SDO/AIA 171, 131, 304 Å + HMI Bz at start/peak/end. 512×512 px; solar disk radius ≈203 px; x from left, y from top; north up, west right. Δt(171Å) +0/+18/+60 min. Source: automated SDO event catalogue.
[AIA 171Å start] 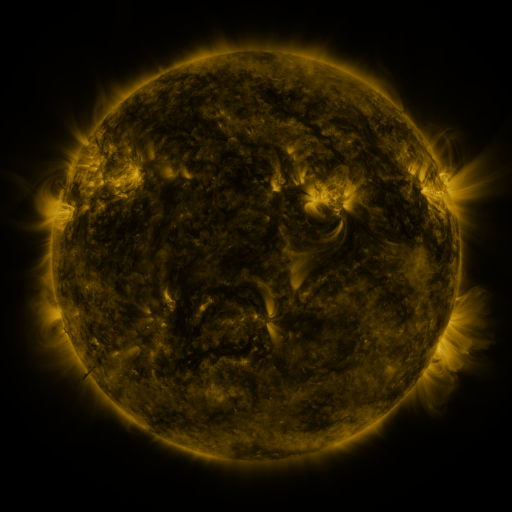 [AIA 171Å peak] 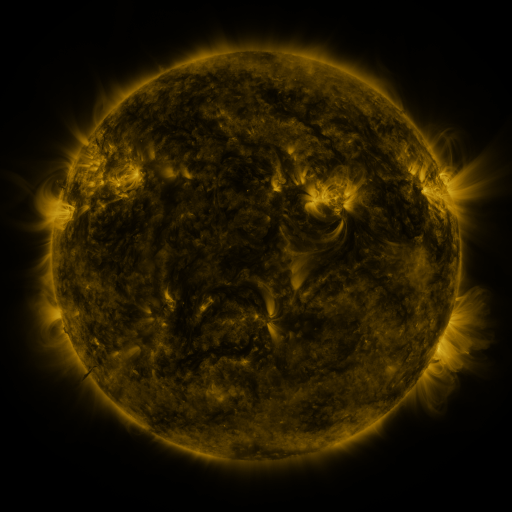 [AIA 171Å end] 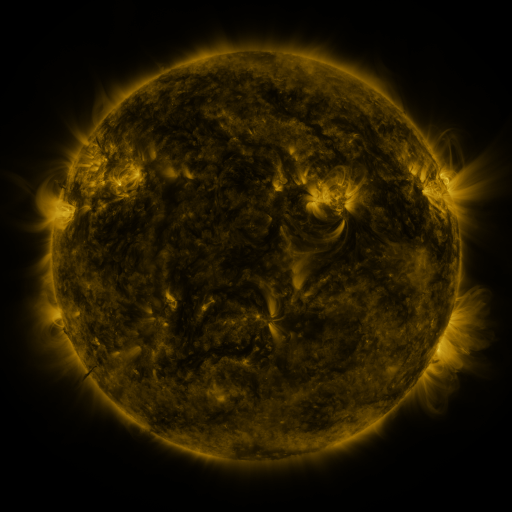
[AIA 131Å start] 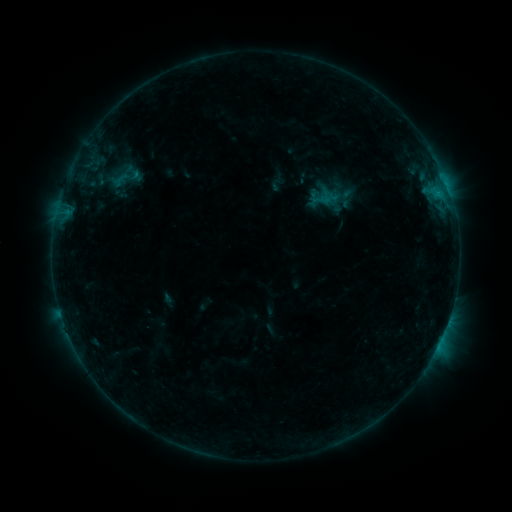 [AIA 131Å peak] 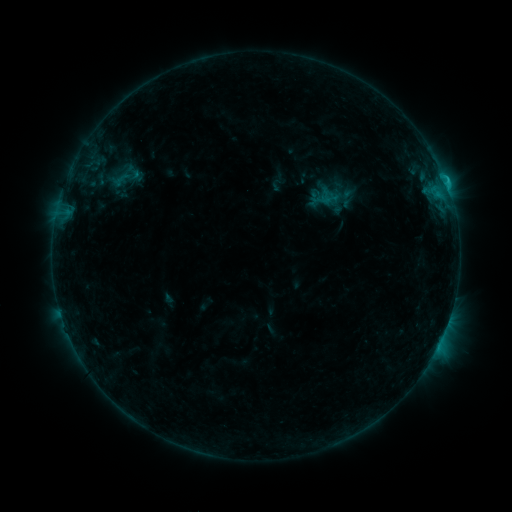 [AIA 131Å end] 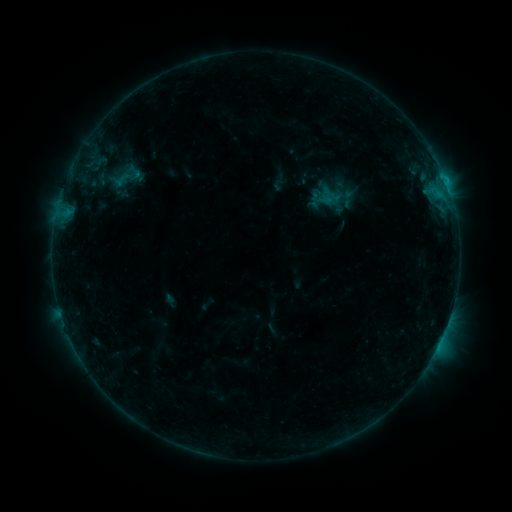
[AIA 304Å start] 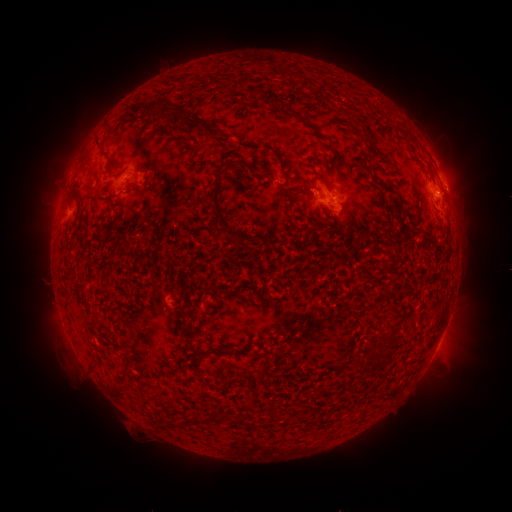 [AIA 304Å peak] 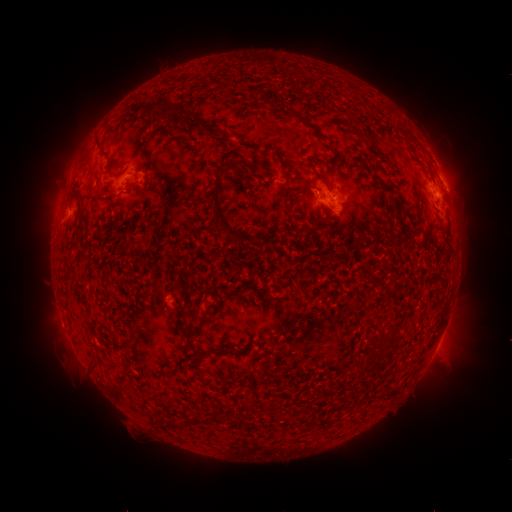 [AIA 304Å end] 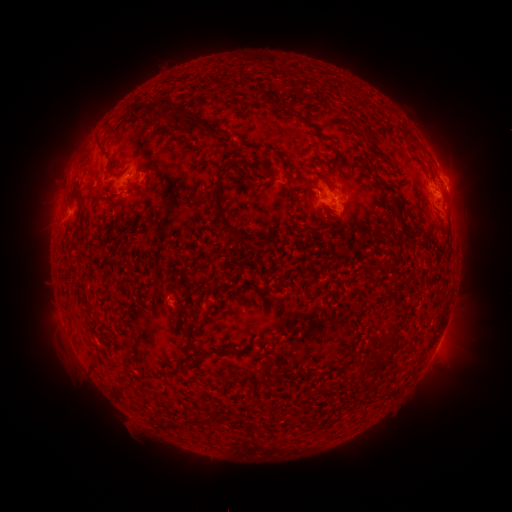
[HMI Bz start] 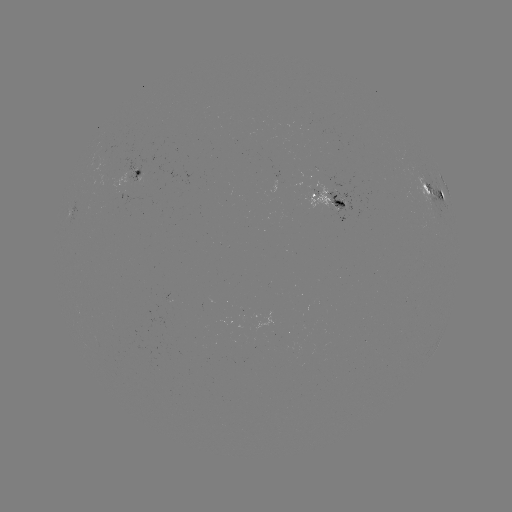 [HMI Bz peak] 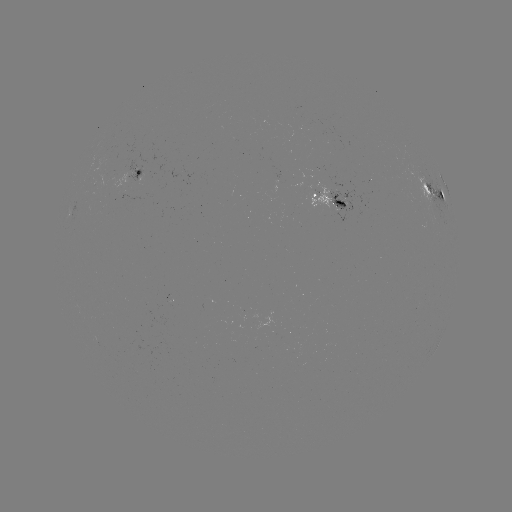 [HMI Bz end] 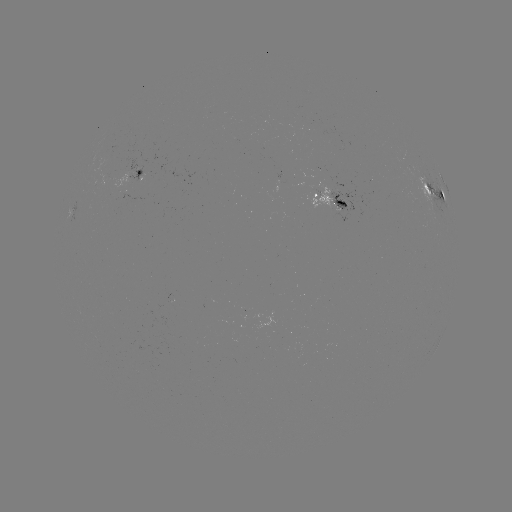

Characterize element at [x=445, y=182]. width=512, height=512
B9.7 flare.